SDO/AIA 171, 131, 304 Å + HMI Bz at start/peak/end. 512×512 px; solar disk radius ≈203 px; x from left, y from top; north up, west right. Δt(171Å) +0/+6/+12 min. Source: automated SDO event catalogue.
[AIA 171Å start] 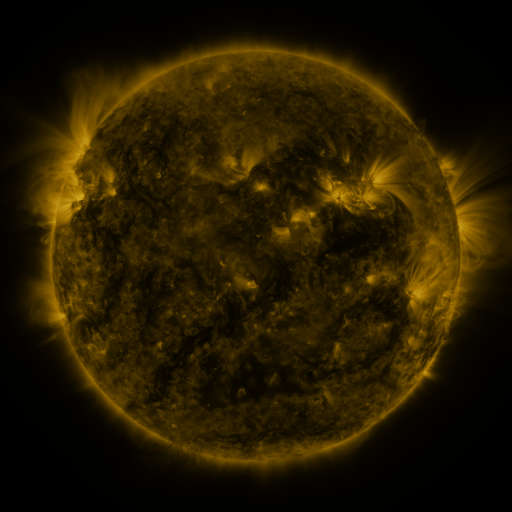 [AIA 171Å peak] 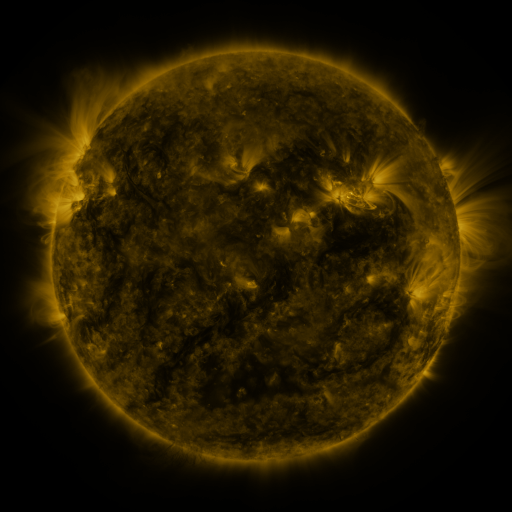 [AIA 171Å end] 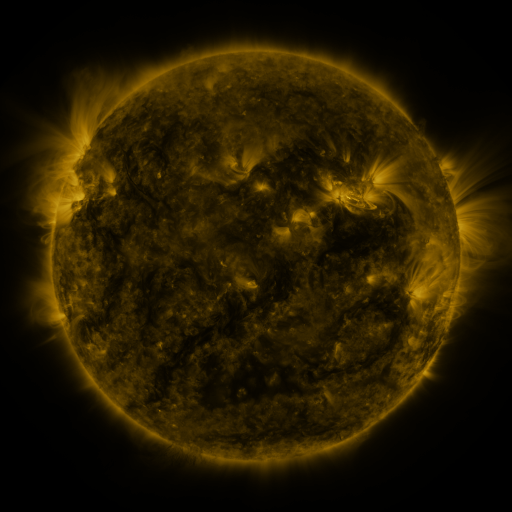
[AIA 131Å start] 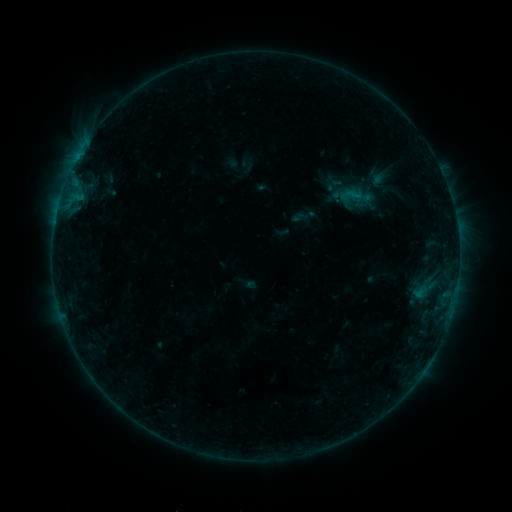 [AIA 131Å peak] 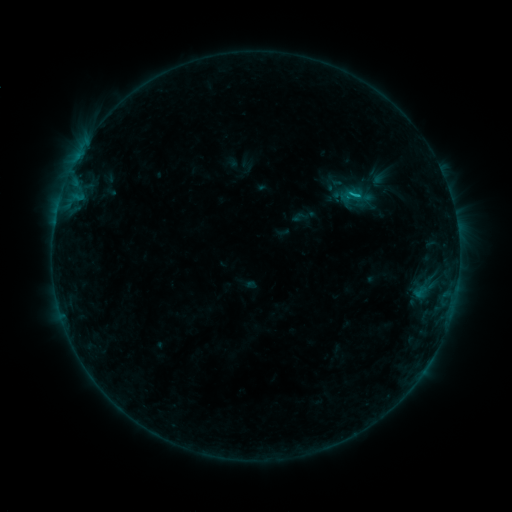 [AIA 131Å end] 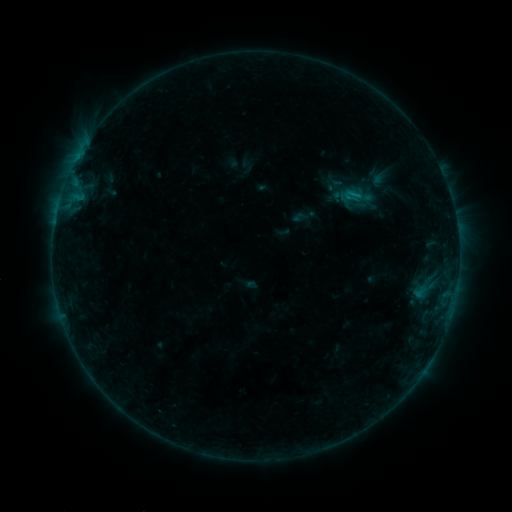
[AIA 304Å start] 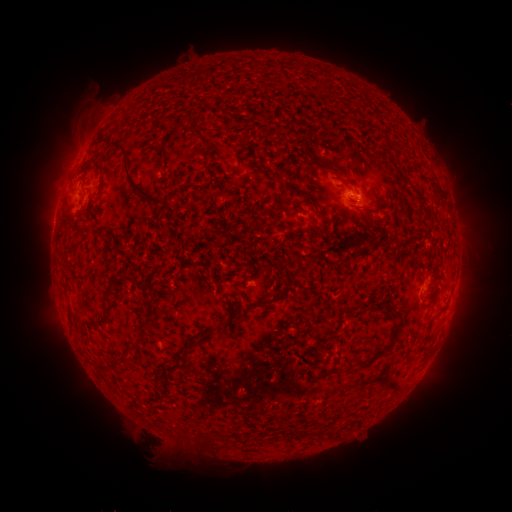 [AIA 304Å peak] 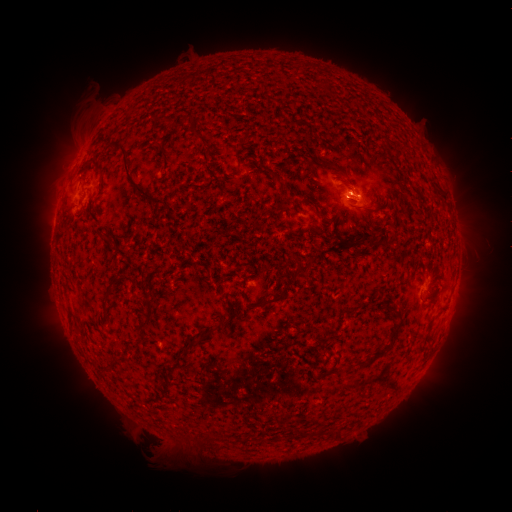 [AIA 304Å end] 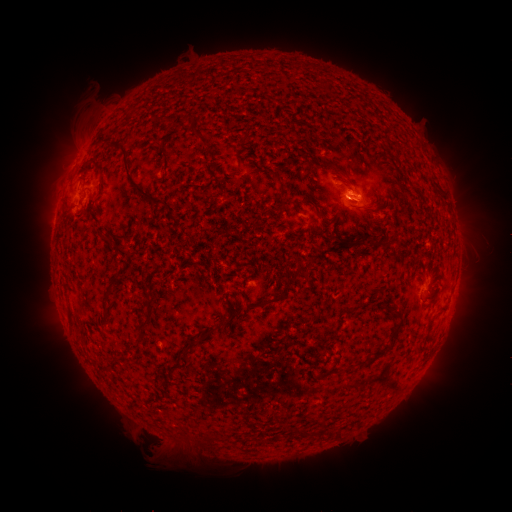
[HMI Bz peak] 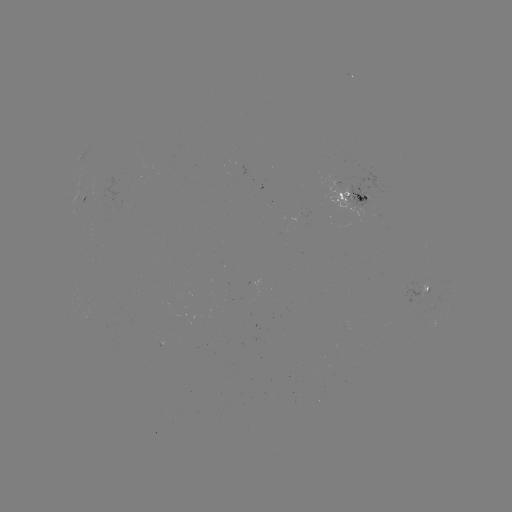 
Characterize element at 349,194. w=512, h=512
B5.4 flare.